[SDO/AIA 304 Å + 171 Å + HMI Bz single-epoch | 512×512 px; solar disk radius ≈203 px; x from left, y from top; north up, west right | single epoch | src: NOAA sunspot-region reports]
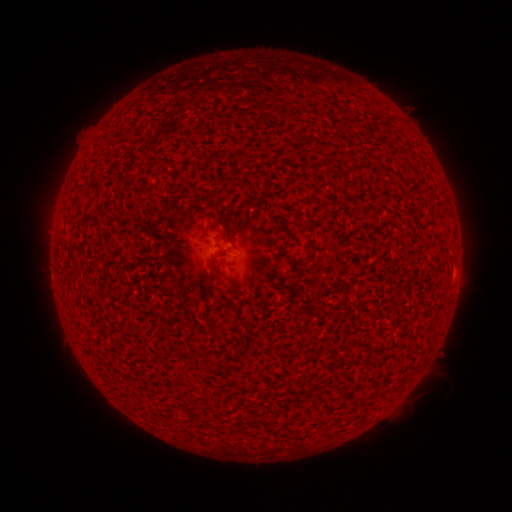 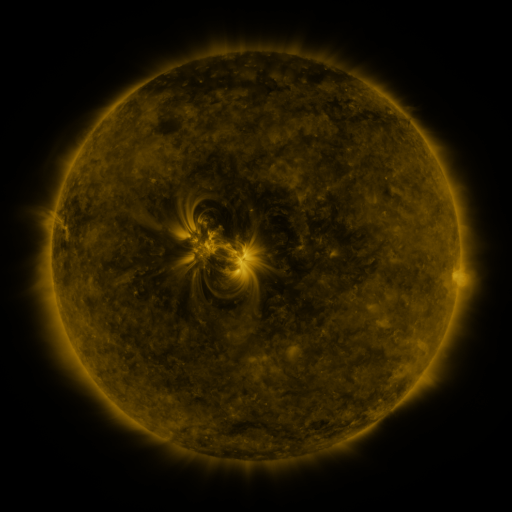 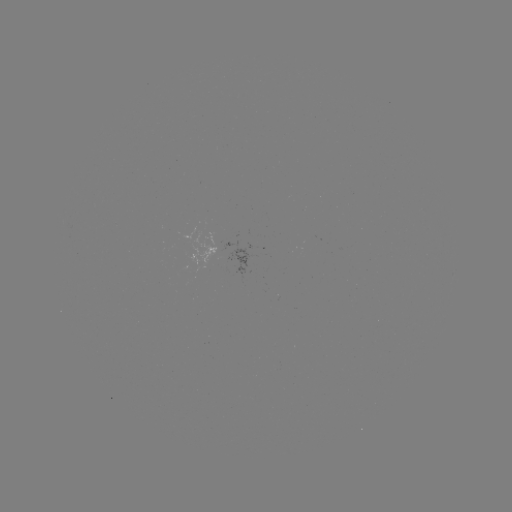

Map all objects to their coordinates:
(none)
